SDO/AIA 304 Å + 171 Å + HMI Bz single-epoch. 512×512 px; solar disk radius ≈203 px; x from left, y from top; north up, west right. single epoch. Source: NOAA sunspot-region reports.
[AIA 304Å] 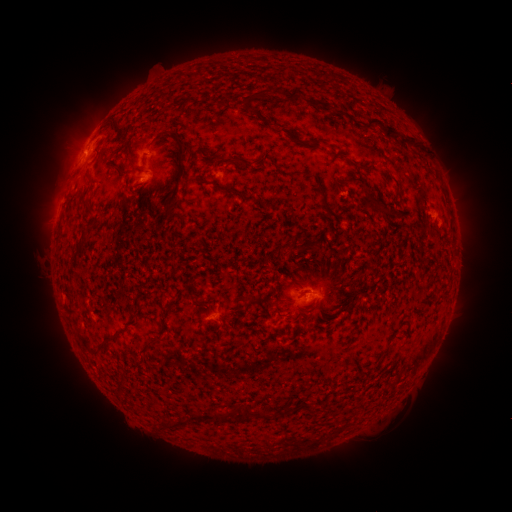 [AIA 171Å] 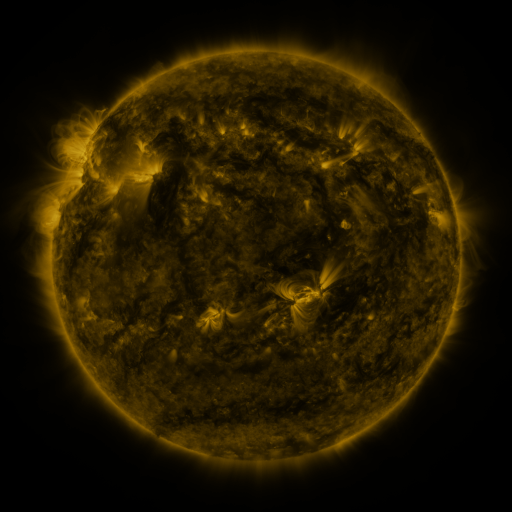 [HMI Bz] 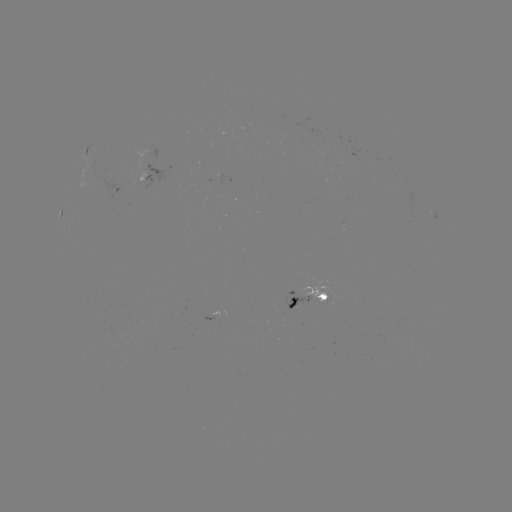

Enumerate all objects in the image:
spotted active region: (88, 153)
spotted active region: (153, 174)
spotted active region: (70, 202)
spotted active region: (305, 300)
spotted active region: (214, 317)
